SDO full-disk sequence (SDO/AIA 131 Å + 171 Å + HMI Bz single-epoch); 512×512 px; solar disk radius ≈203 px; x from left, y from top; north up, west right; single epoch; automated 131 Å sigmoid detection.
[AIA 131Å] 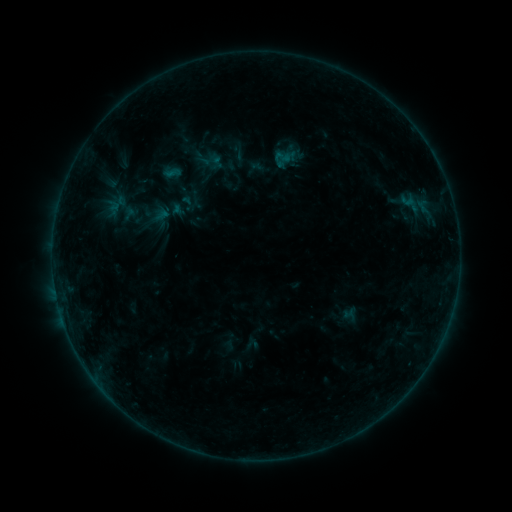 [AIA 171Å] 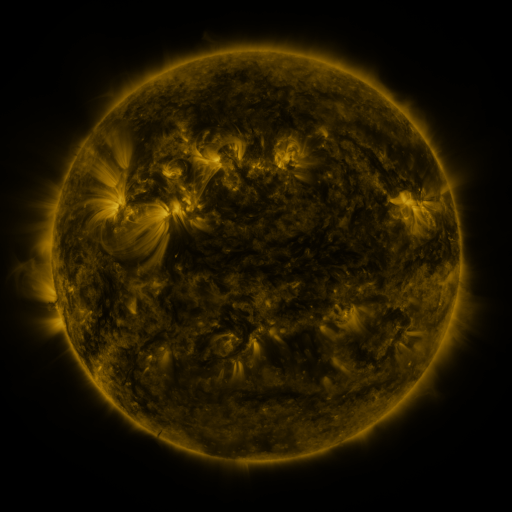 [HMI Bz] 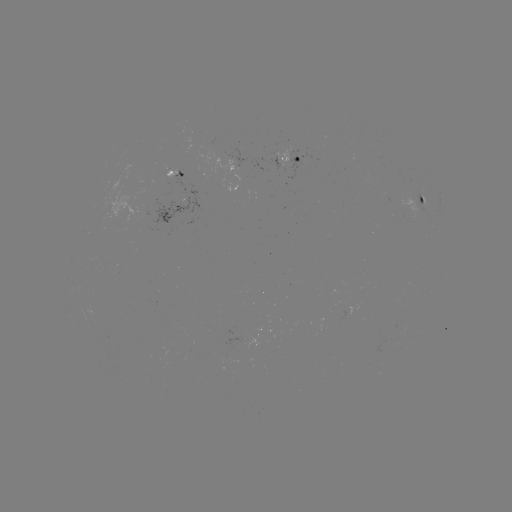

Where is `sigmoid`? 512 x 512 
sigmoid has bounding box [273, 148, 292, 166].